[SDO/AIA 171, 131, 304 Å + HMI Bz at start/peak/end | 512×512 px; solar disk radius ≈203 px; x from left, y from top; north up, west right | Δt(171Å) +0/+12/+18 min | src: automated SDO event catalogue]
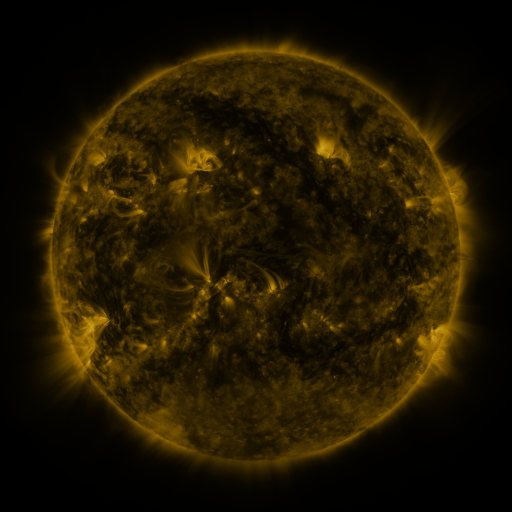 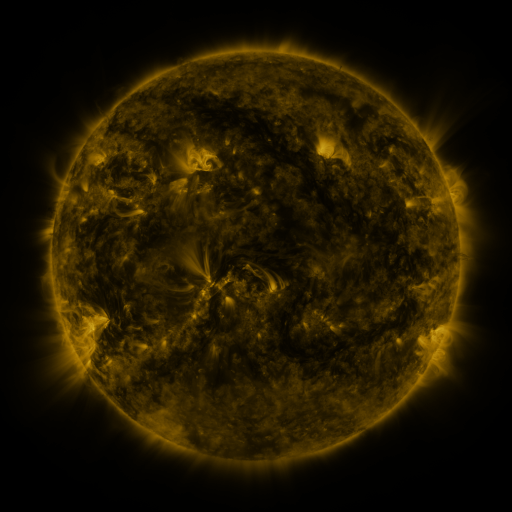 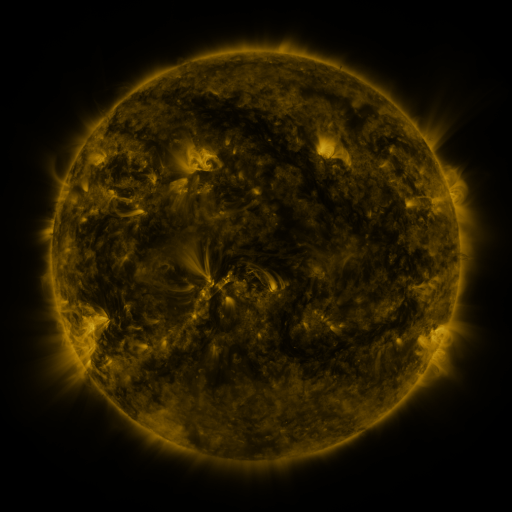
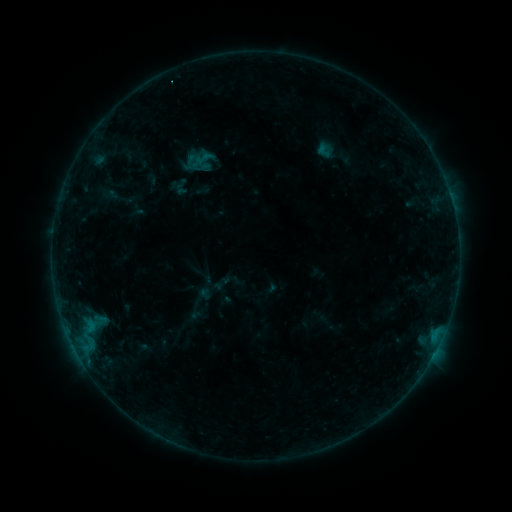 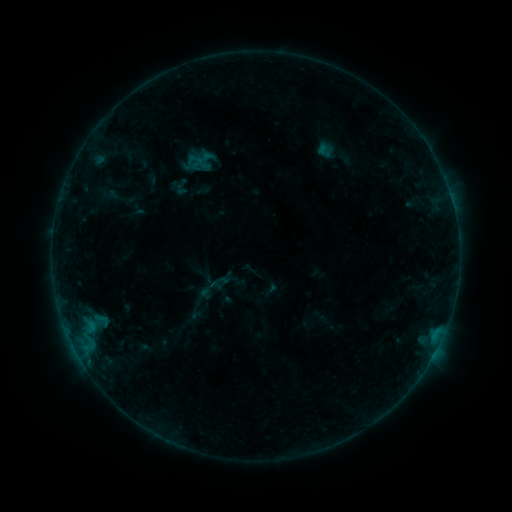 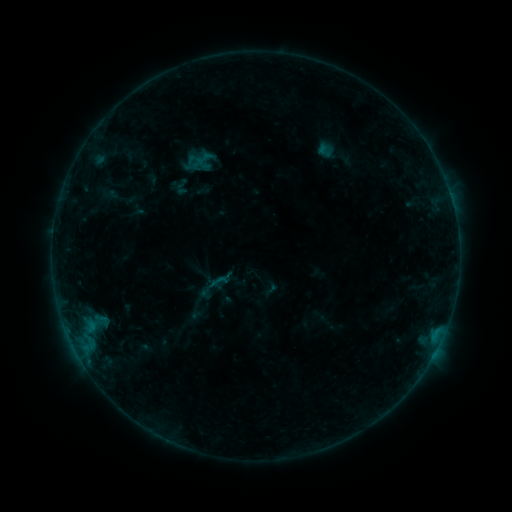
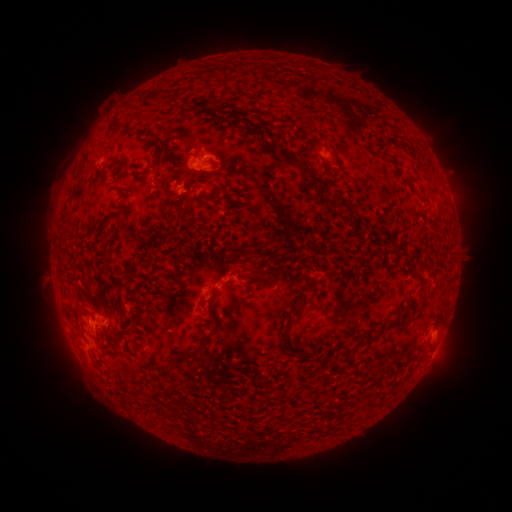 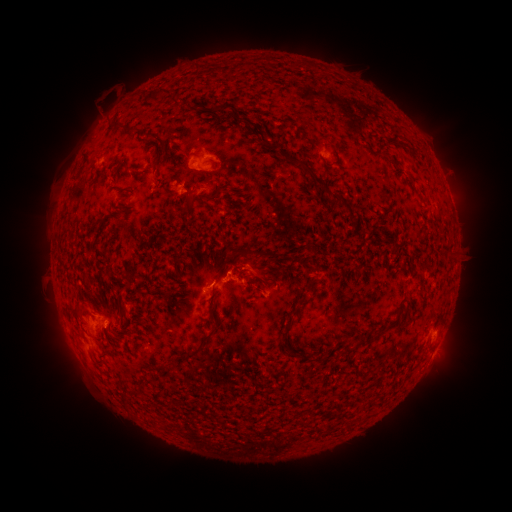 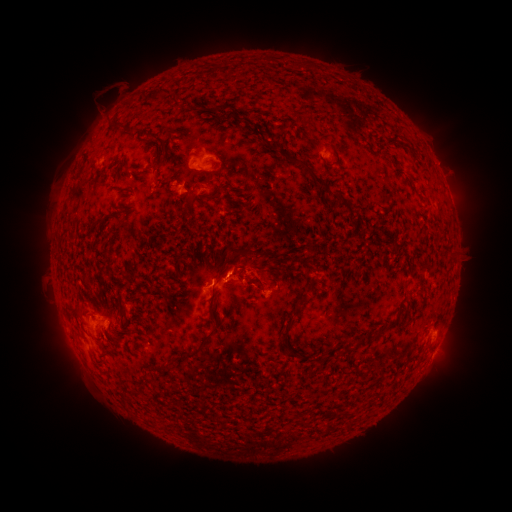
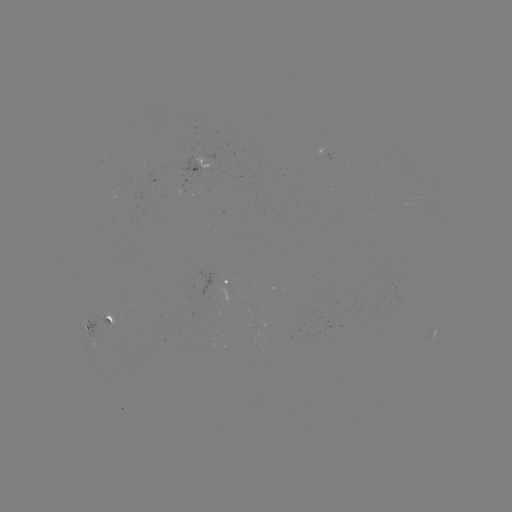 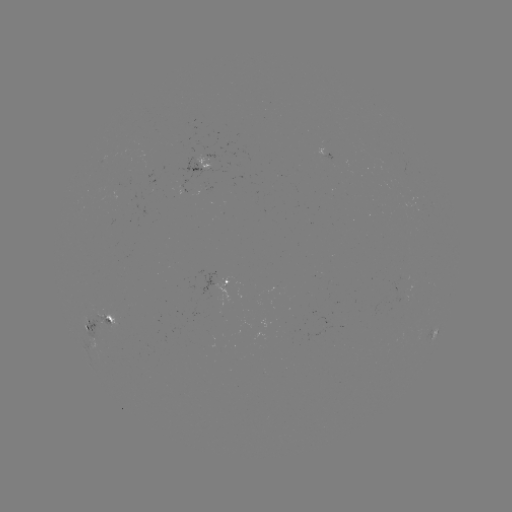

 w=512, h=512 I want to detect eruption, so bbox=[230, 244, 275, 288].